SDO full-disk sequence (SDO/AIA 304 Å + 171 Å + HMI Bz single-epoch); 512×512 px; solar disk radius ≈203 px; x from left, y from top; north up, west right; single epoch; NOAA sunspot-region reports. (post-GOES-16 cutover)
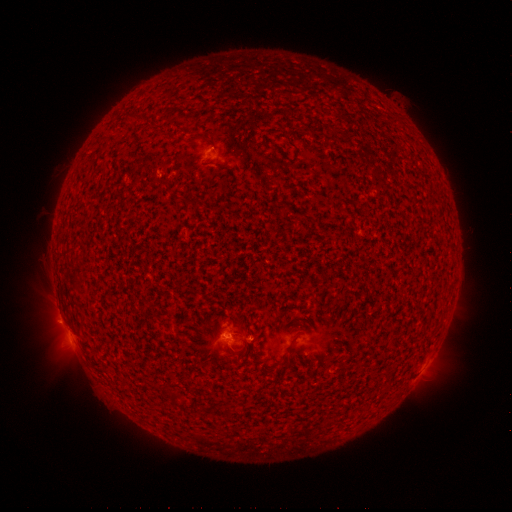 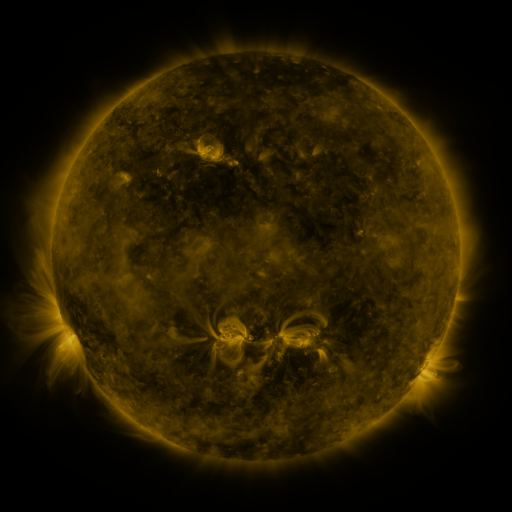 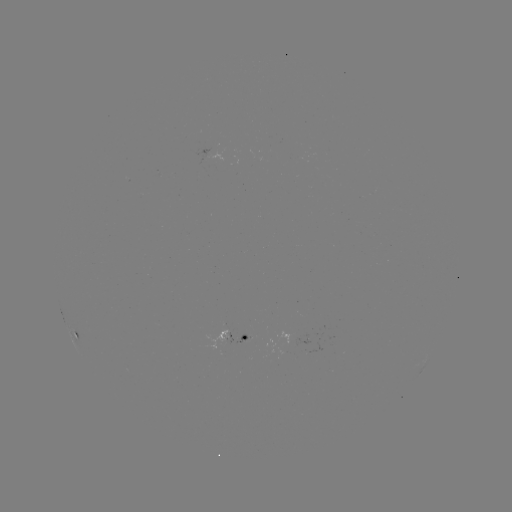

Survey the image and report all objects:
spotted active region: (214, 153)
spotted active region: (76, 337)
spotted active region: (249, 341)
